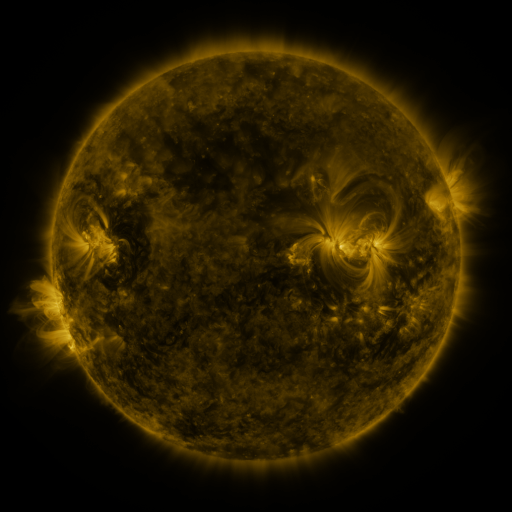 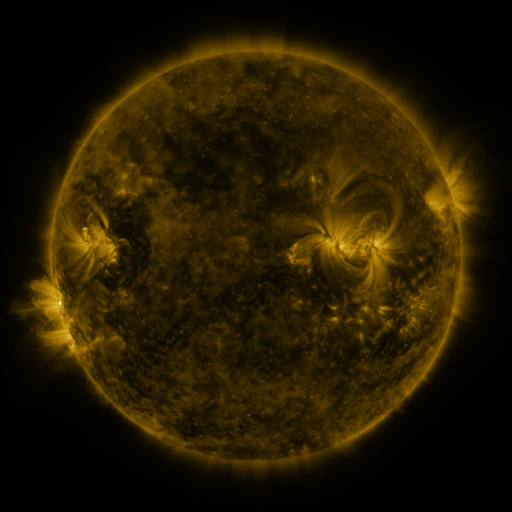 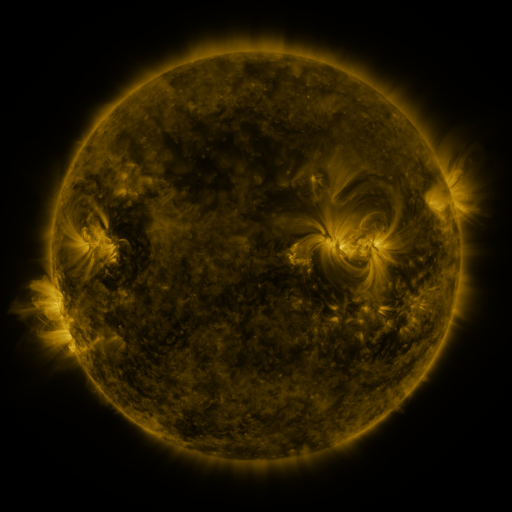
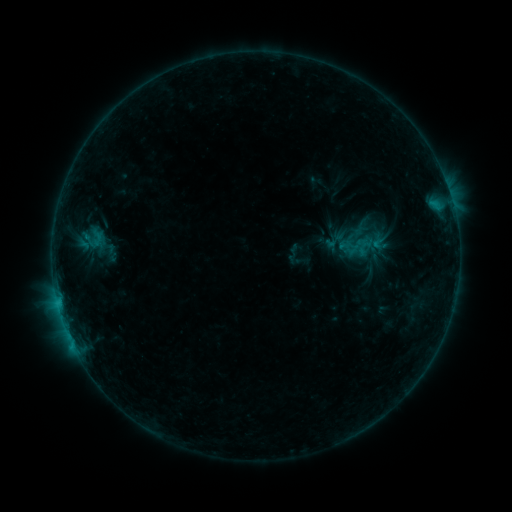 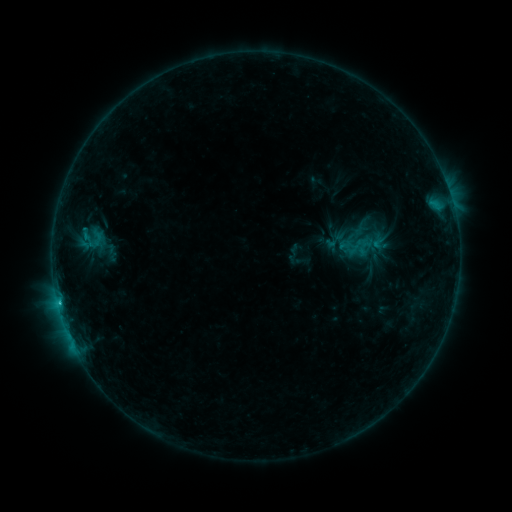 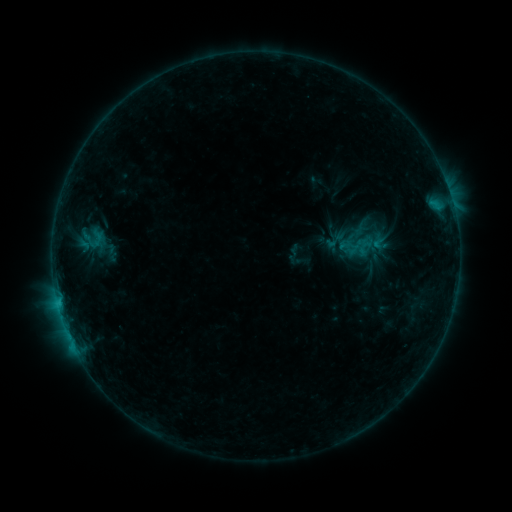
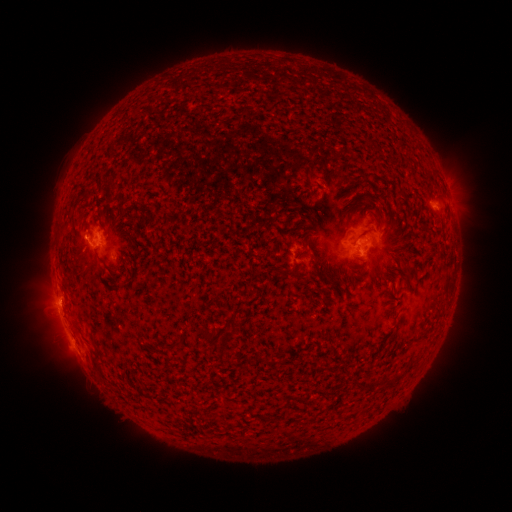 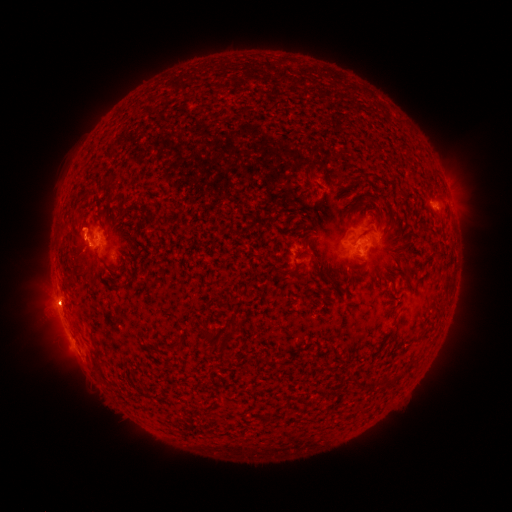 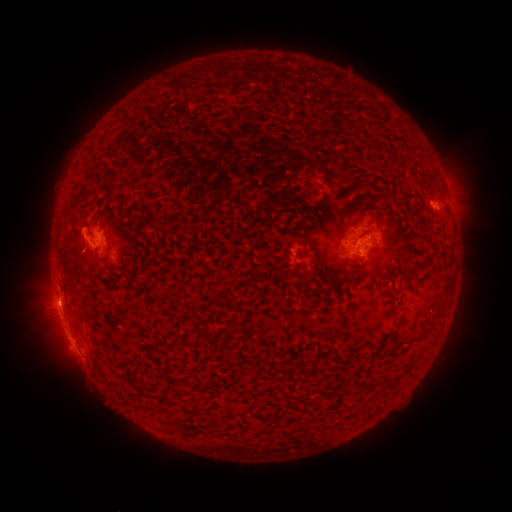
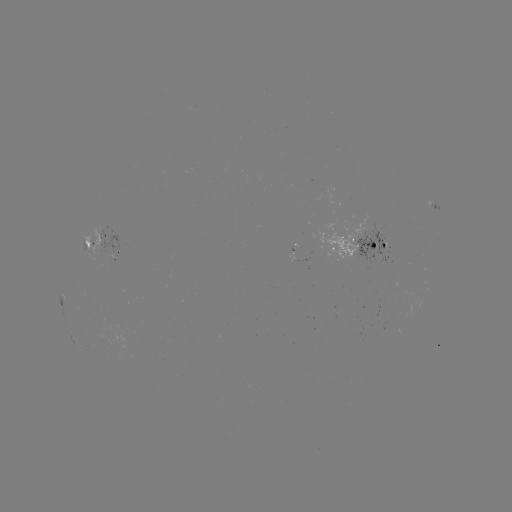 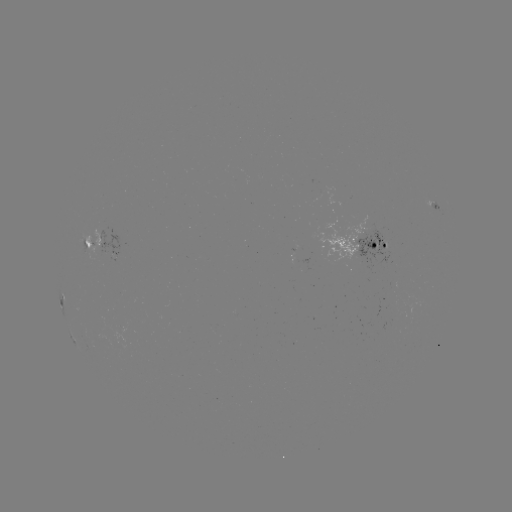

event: eruption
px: (53, 304)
